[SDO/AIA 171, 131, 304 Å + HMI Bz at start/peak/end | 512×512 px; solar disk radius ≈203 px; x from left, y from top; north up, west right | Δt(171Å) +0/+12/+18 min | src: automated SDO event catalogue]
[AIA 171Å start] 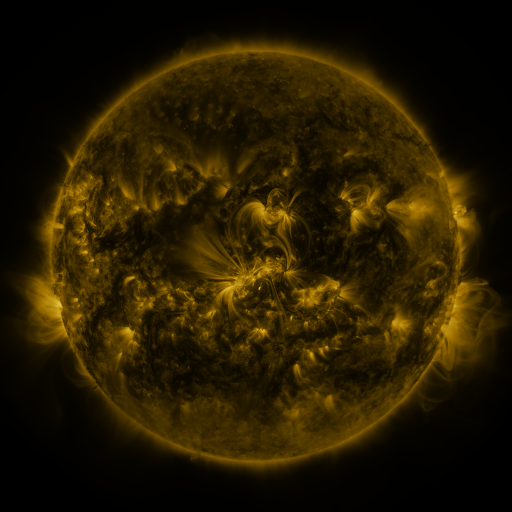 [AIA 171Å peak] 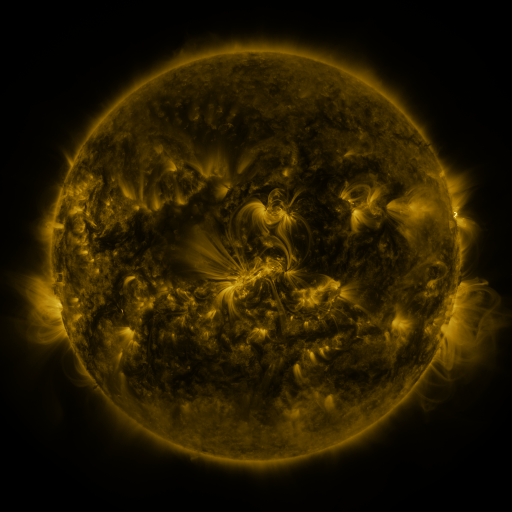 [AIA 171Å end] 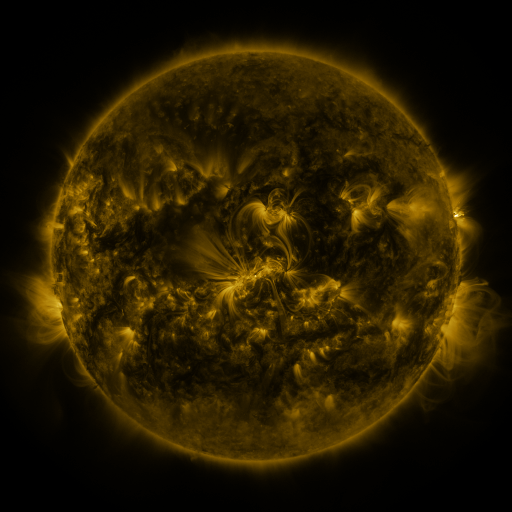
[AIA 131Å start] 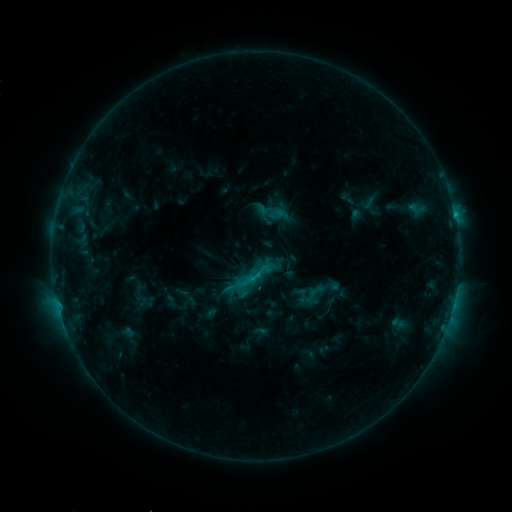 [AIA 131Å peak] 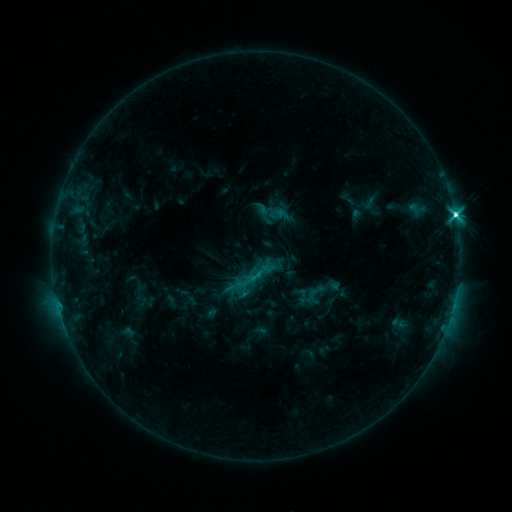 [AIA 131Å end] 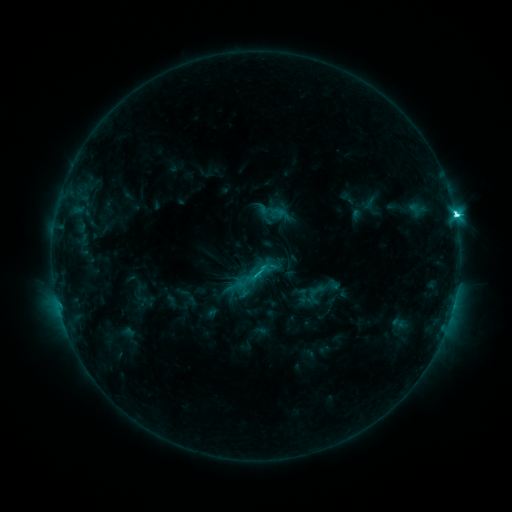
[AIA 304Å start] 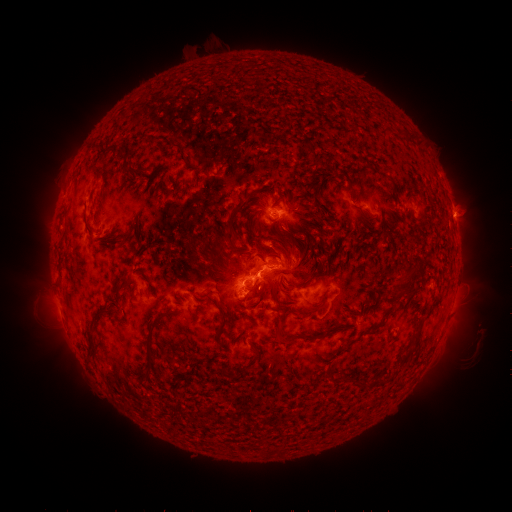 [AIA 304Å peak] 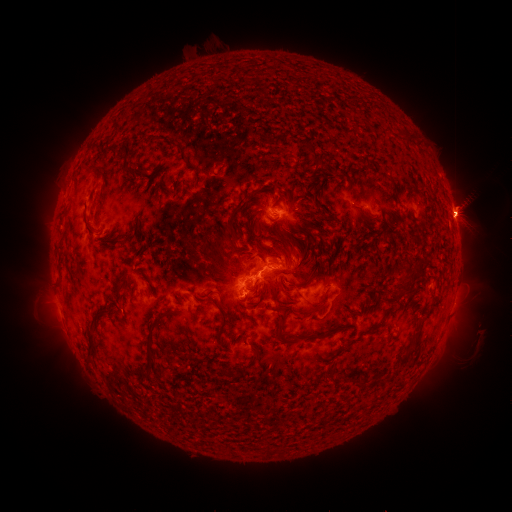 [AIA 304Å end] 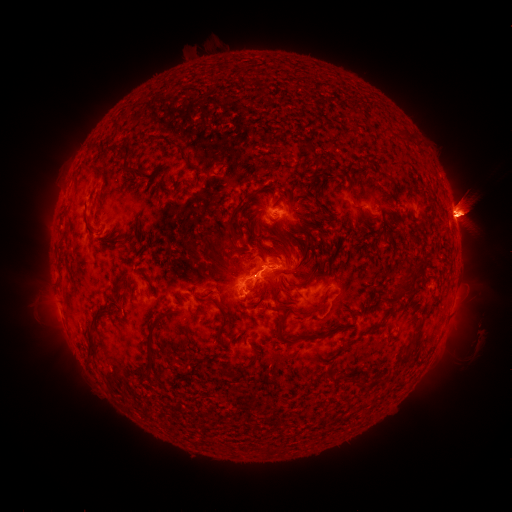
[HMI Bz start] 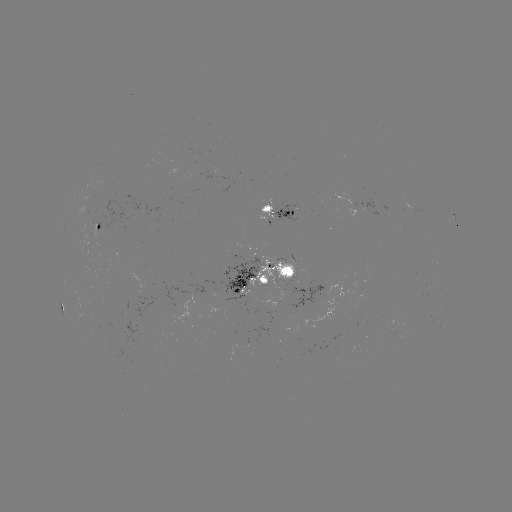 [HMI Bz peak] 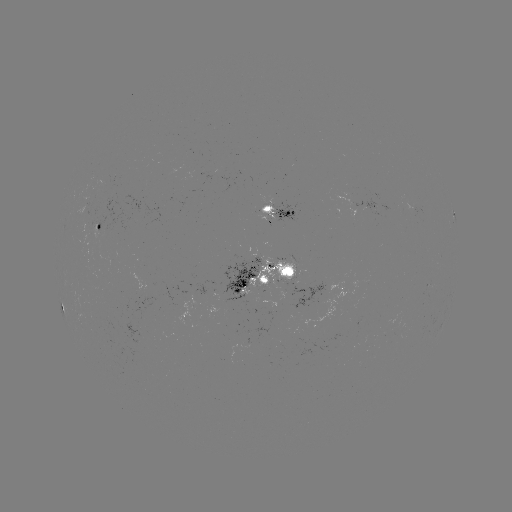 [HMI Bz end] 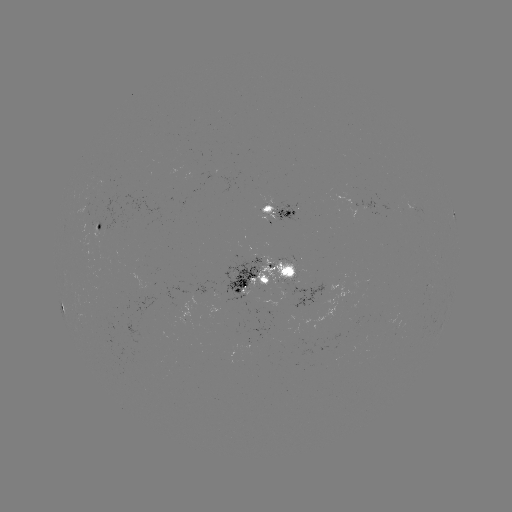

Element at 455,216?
M3.6 flare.